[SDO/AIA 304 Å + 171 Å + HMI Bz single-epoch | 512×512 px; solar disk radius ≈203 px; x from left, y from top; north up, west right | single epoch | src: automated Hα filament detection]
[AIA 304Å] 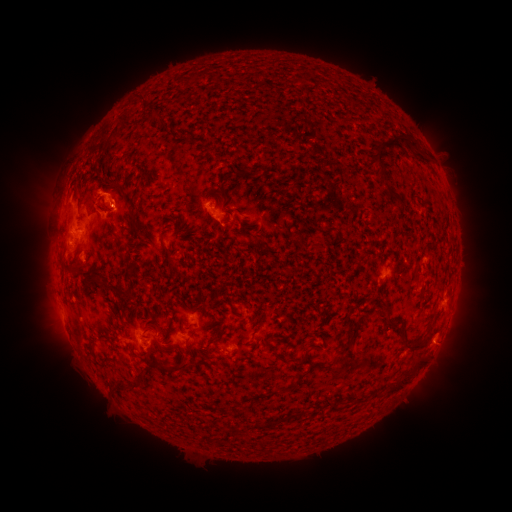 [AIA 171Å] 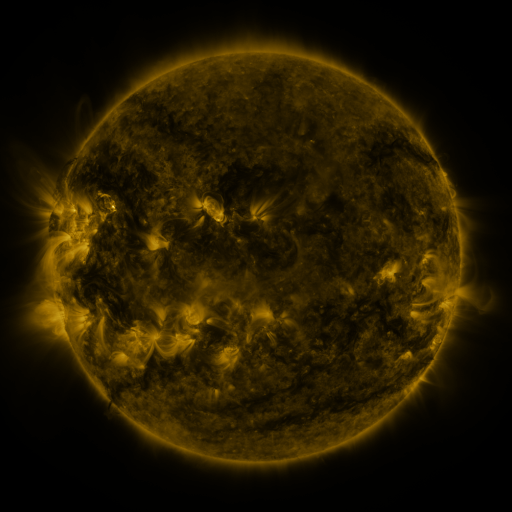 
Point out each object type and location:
filament: <bbox>373, 136, 420, 180</bbox>
filament: <bbox>107, 177, 117, 185</bbox>
filament: <bbox>388, 196, 398, 205</bbox>
filament: <bbox>104, 204, 113, 212</bbox>
filament: <bbox>126, 208, 136, 218</bbox>
filament: <bbox>116, 288, 129, 300</bbox>
filament: <bbox>375, 298, 390, 323</bbox>
filament: <bbox>336, 317, 363, 356</bbox>
filament: <bbox>396, 328, 405, 341</bbox>
filament: <bbox>207, 335, 220, 344</bbox>
filament: <bbox>404, 339, 423, 352</bbox>
filament: <bbox>292, 348, 309, 367</bbox>
filament: <bbox>384, 359, 423, 396</bbox>
filament: <bbox>157, 360, 188, 372</bbox>
filament: <bbox>315, 364, 328, 370</bbox>
filament: <bbox>125, 380, 141, 389</bbox>
filament: <bbox>371, 391, 381, 399</bbox>
filament: <bbox>253, 421, 264, 430</bbox>
